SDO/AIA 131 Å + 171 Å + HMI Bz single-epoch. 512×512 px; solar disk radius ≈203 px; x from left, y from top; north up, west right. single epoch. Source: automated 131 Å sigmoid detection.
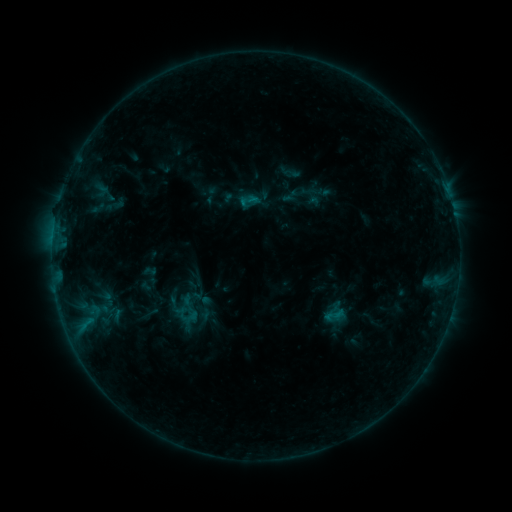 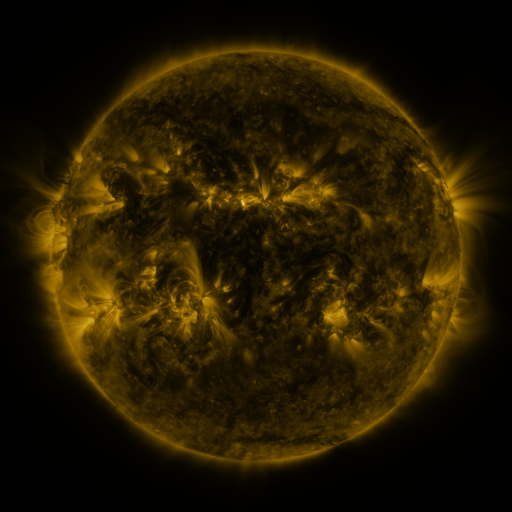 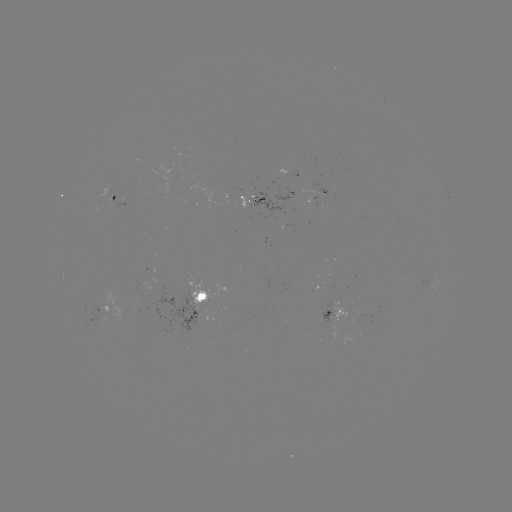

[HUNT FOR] sigmoid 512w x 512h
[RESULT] [249, 201]